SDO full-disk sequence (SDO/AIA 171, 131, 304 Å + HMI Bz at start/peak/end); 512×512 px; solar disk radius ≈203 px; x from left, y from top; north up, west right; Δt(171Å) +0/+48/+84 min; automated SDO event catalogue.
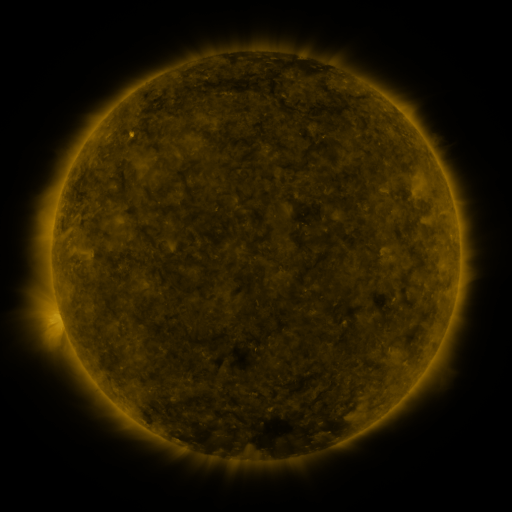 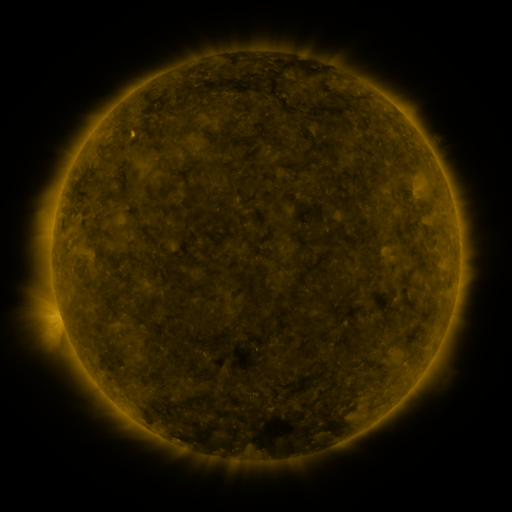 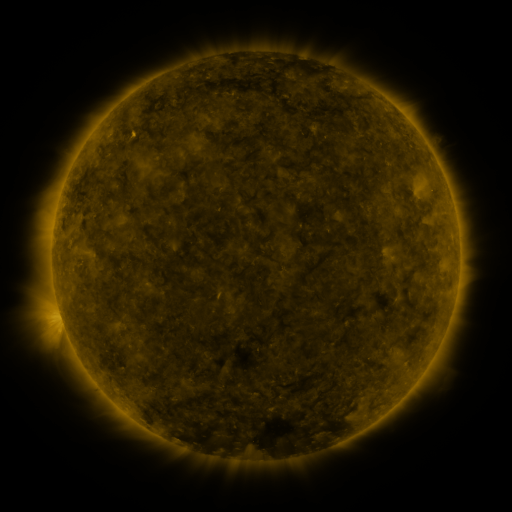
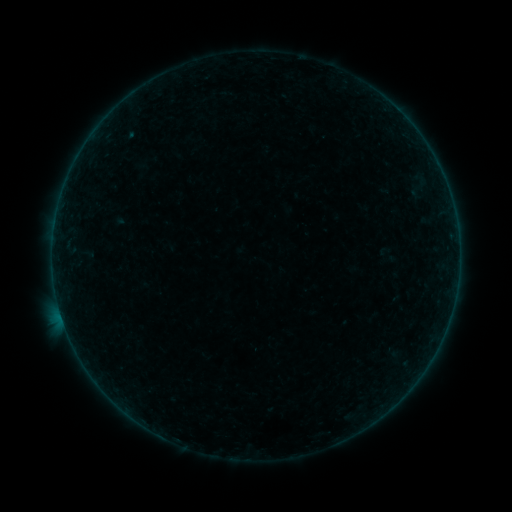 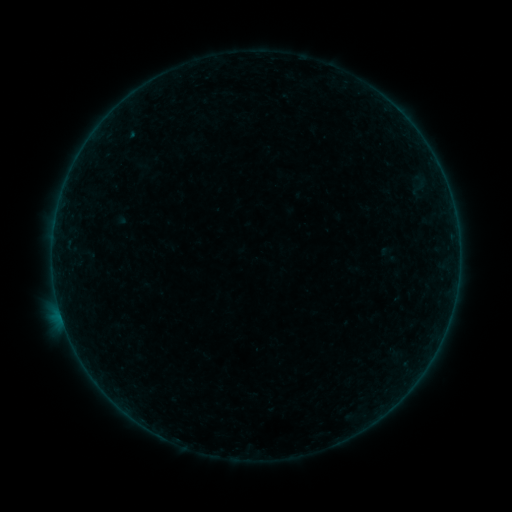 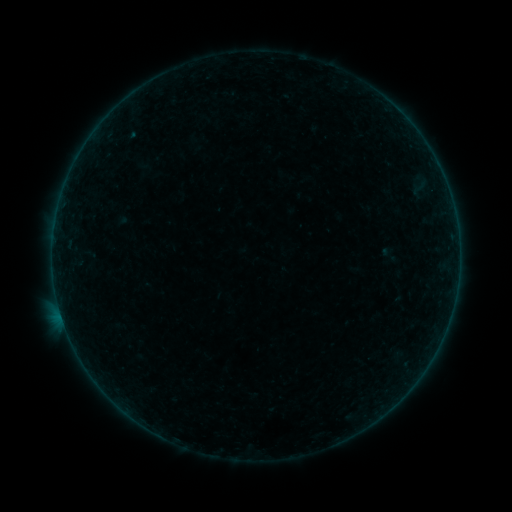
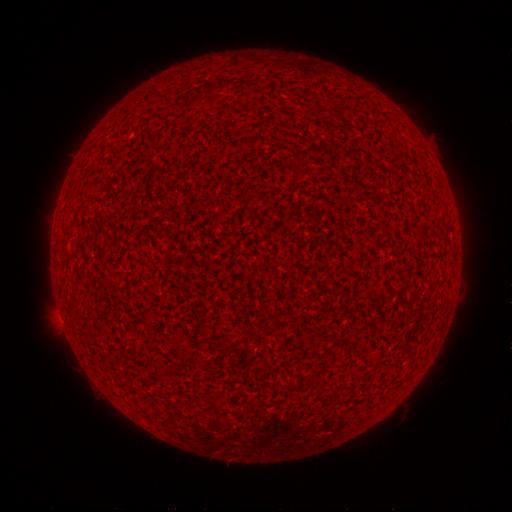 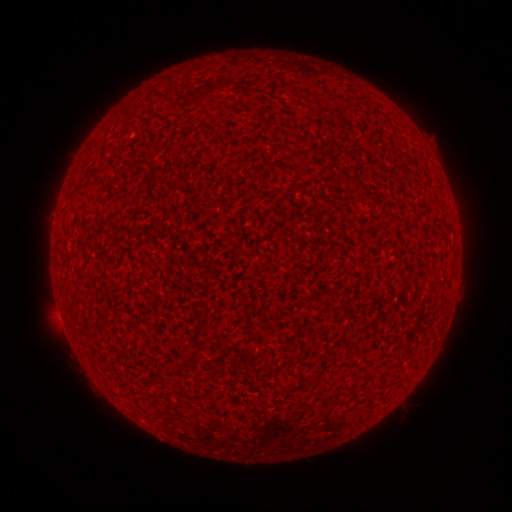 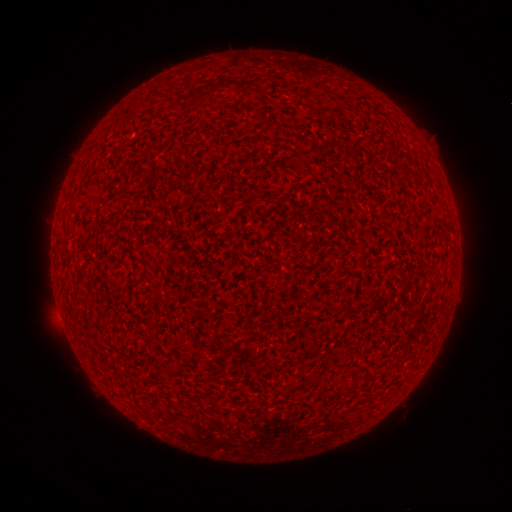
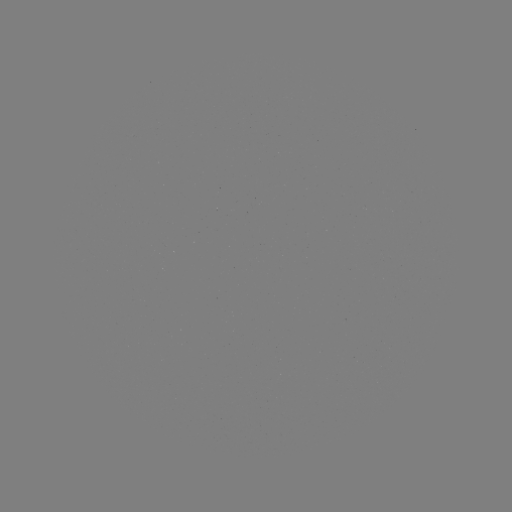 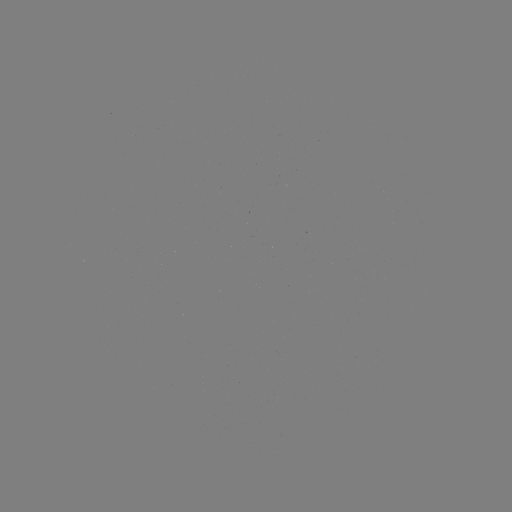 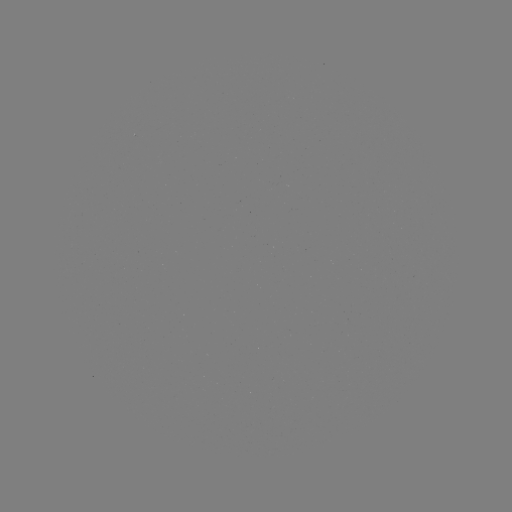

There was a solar flare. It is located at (59, 307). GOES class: A1.4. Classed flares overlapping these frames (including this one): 1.